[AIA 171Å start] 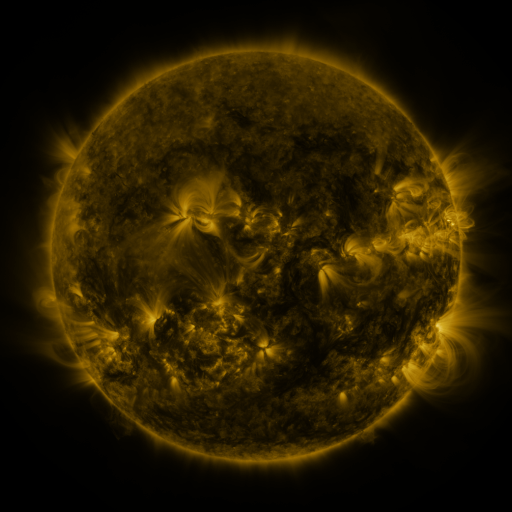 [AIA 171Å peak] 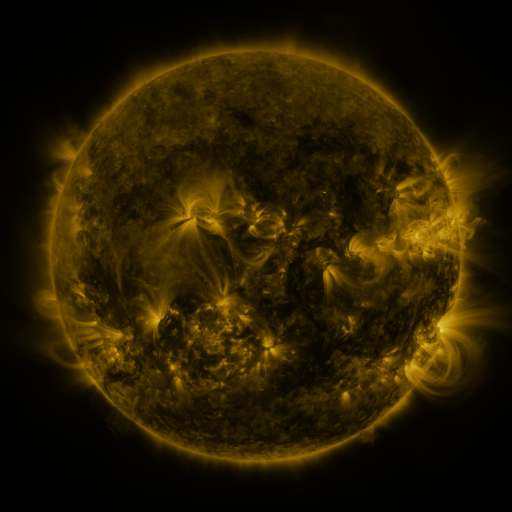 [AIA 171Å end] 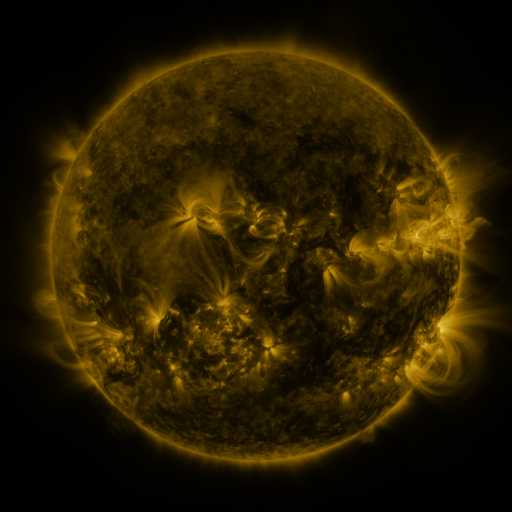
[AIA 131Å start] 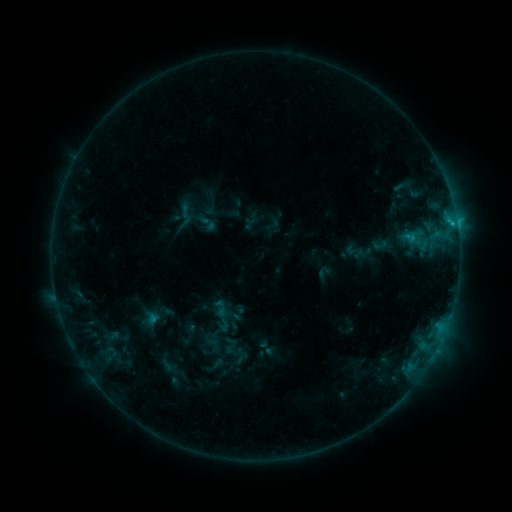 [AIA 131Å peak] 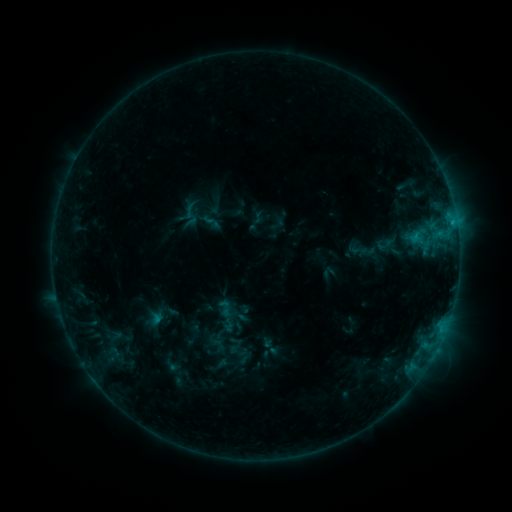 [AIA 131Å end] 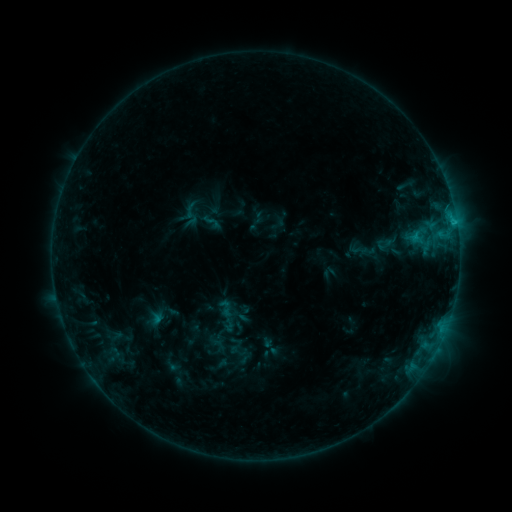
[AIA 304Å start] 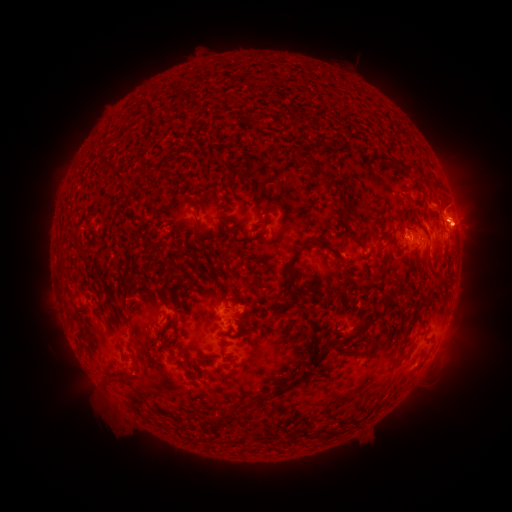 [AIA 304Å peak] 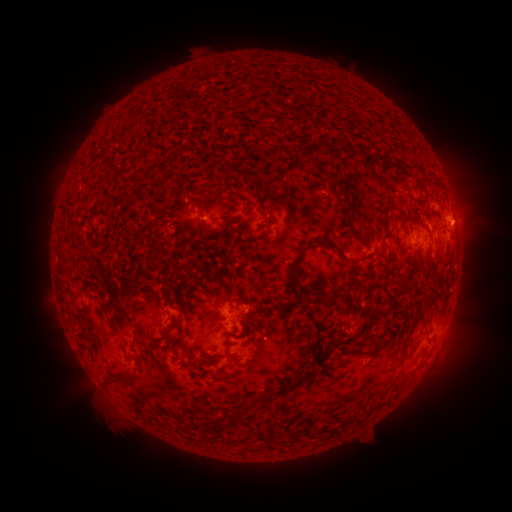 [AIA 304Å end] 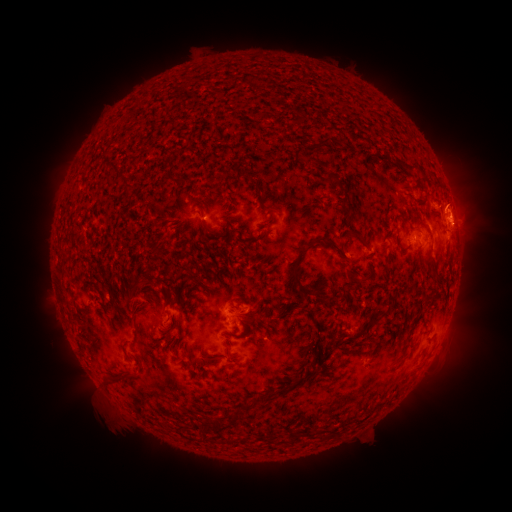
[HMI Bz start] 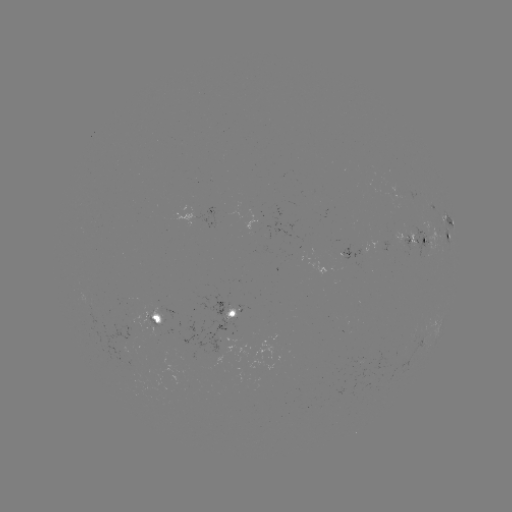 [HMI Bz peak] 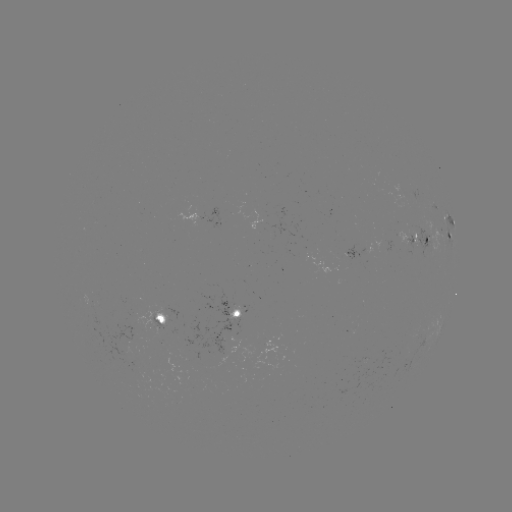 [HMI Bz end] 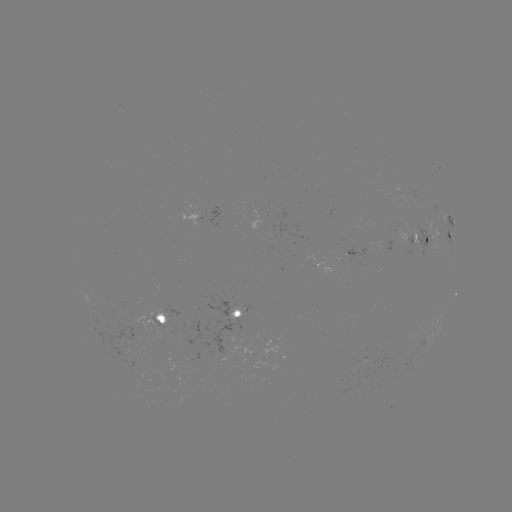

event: emerging-flux region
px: (409, 236)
